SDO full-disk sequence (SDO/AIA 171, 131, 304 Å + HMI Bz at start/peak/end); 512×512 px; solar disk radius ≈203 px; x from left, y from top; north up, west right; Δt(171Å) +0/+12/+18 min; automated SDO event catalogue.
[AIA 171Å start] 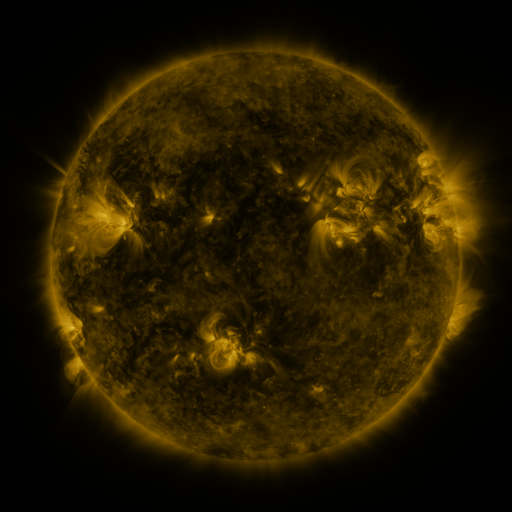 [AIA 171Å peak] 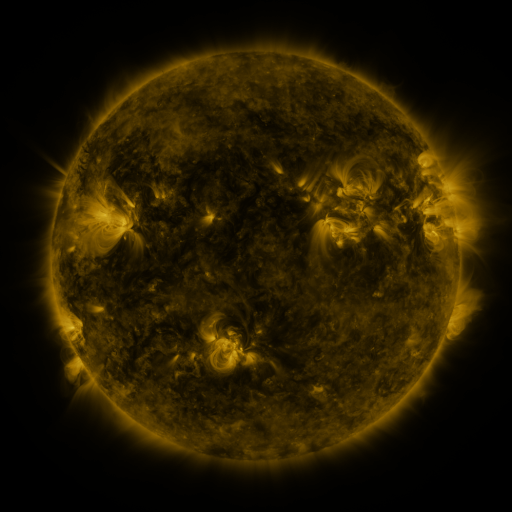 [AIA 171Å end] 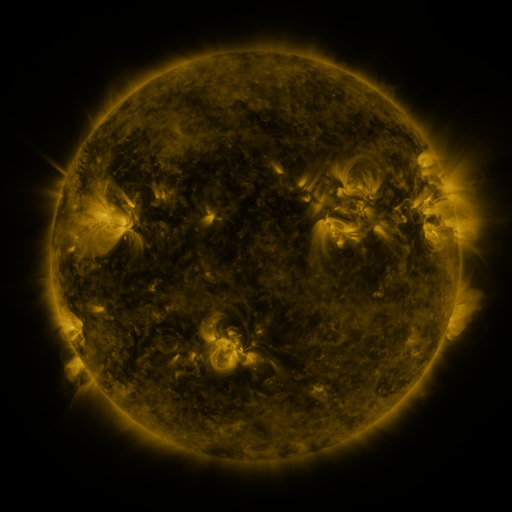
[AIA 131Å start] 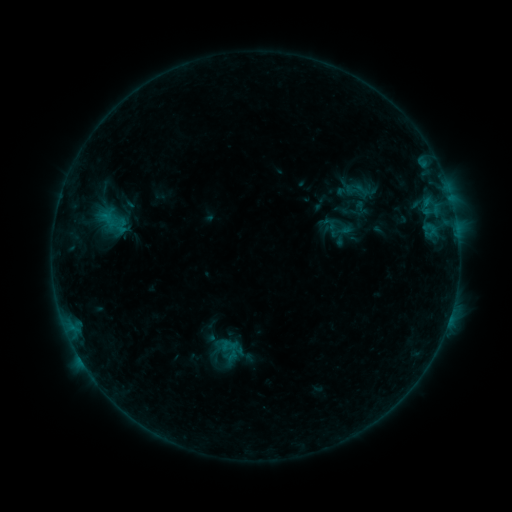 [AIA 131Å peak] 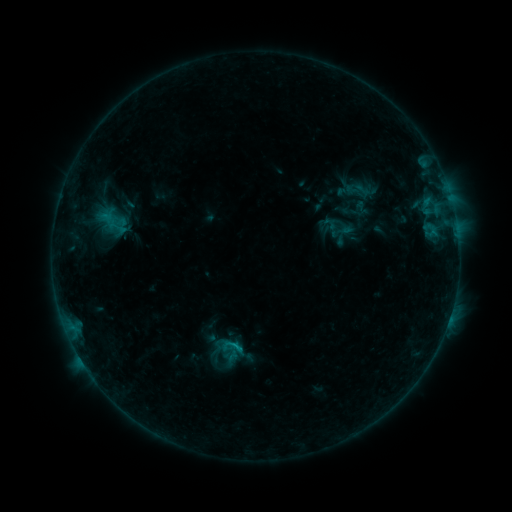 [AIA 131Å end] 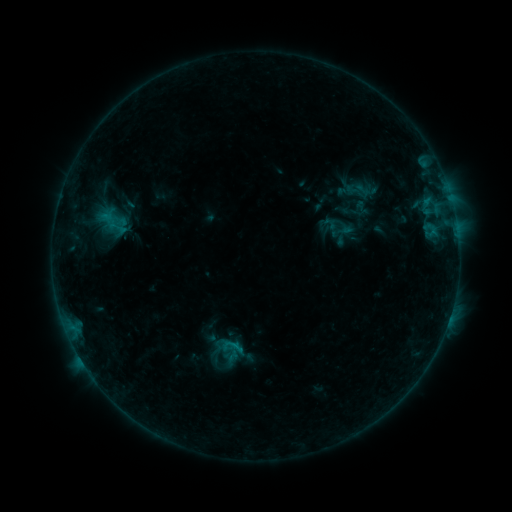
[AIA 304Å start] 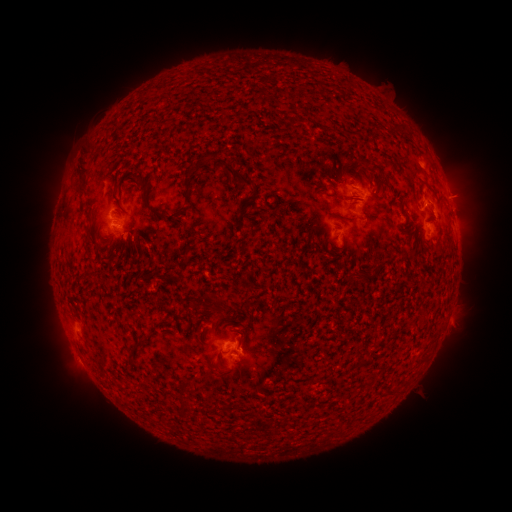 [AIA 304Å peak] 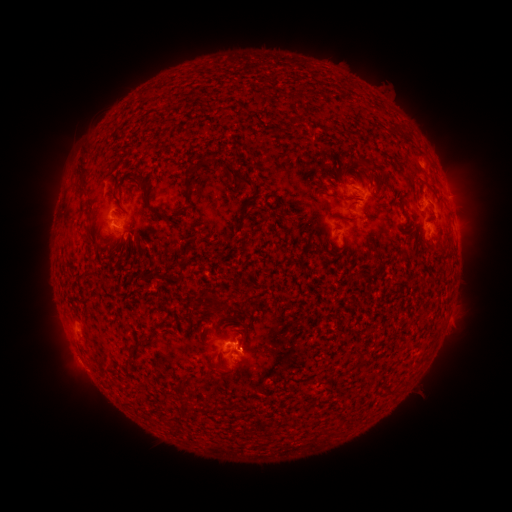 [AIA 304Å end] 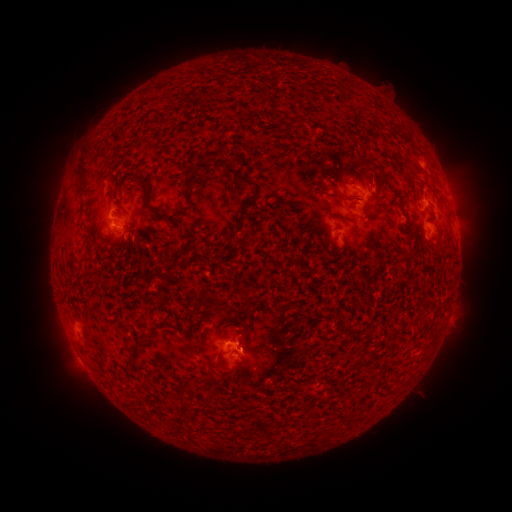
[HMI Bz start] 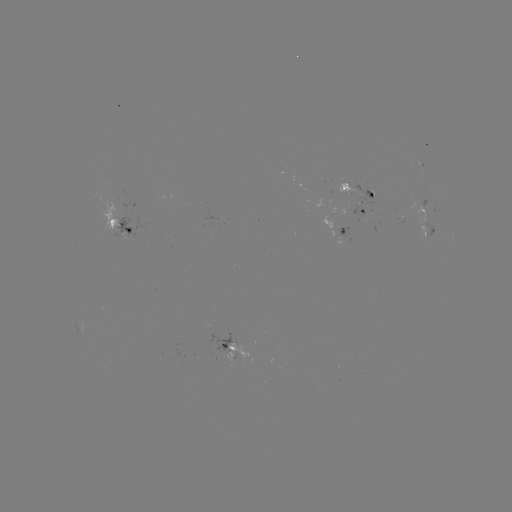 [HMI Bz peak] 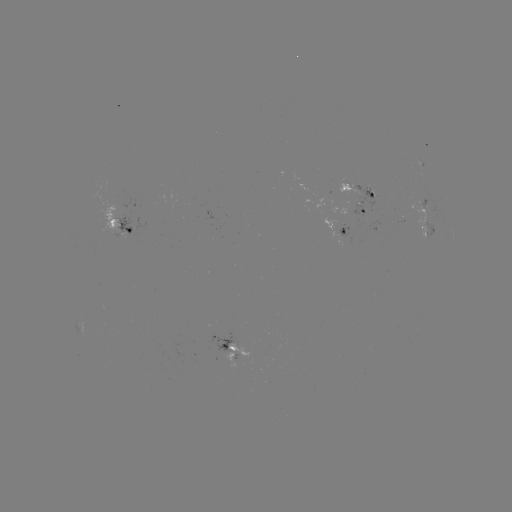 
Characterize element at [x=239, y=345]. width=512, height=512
B6.7 flare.